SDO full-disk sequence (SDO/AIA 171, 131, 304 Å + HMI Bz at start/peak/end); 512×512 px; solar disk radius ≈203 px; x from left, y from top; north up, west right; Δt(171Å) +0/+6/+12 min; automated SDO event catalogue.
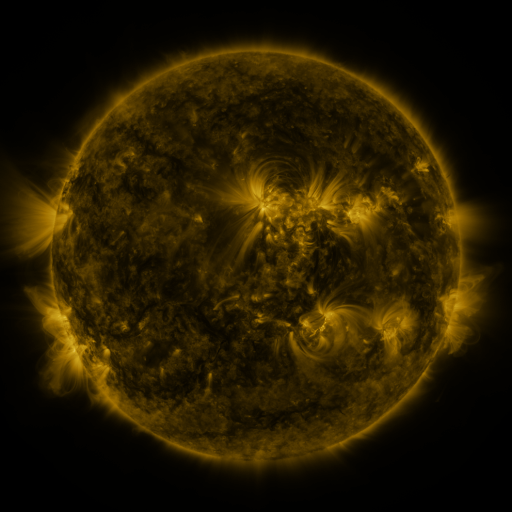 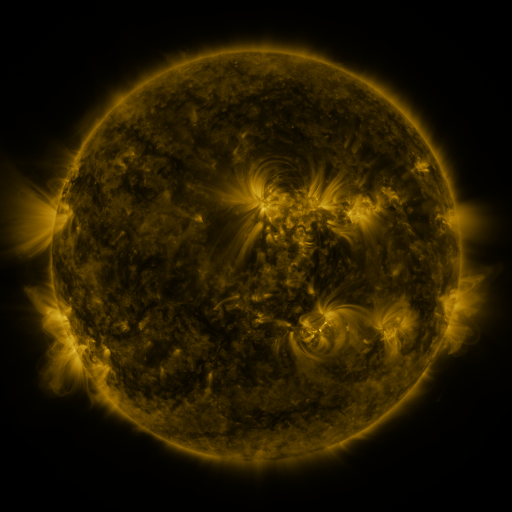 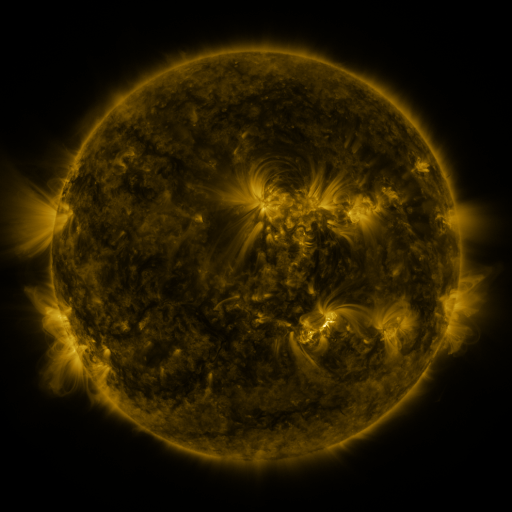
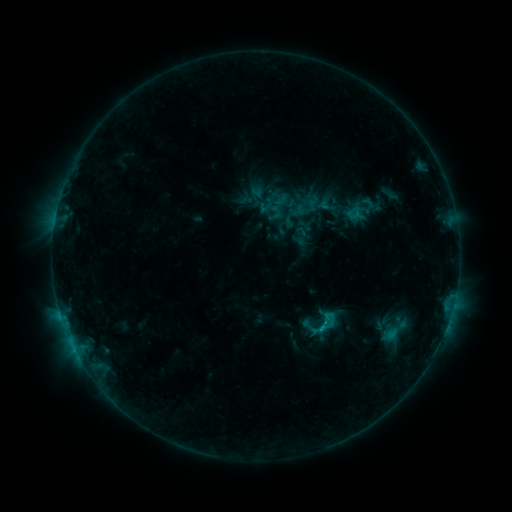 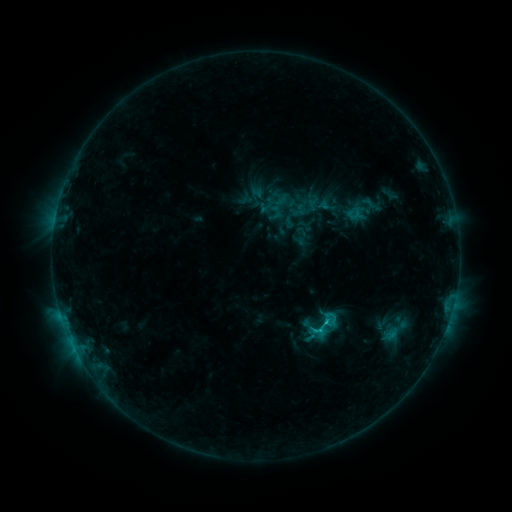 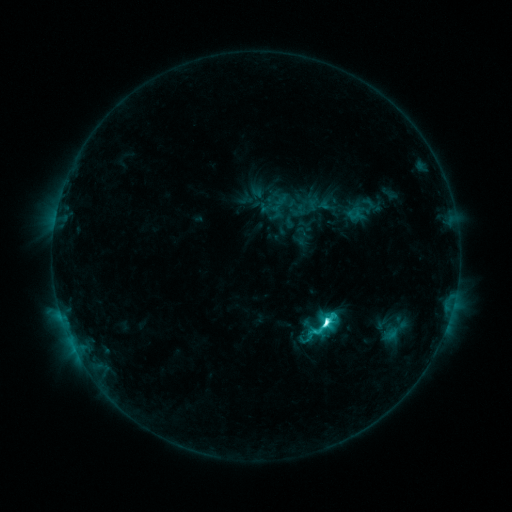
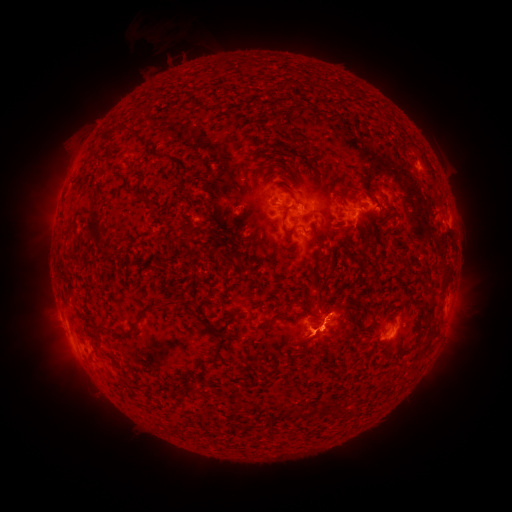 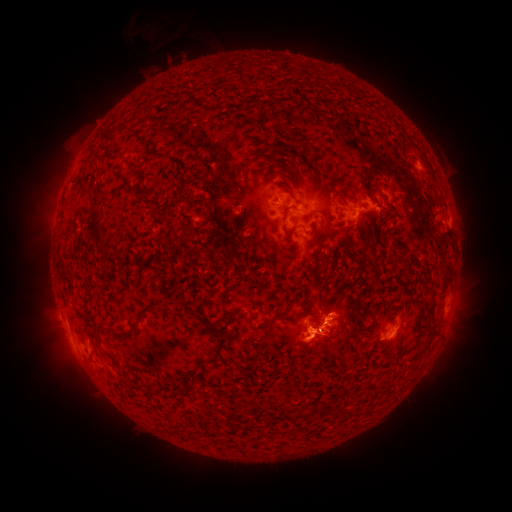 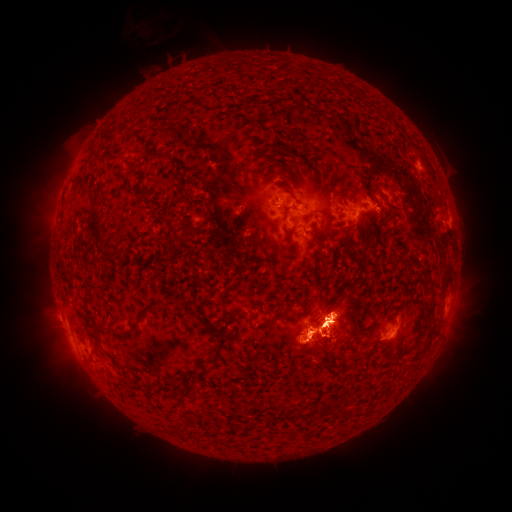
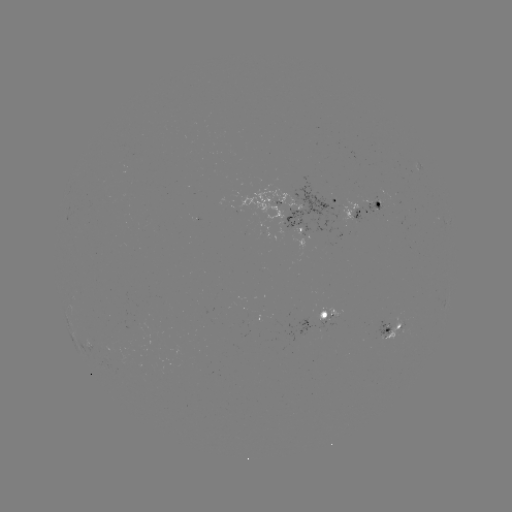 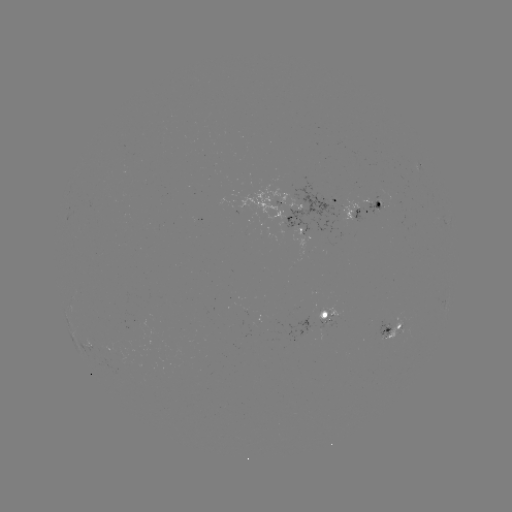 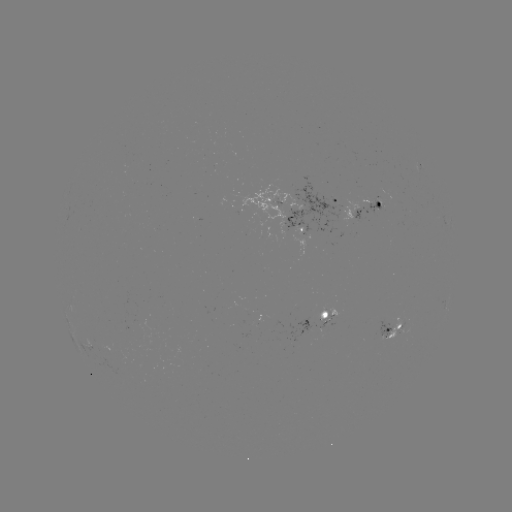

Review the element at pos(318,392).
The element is eruption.